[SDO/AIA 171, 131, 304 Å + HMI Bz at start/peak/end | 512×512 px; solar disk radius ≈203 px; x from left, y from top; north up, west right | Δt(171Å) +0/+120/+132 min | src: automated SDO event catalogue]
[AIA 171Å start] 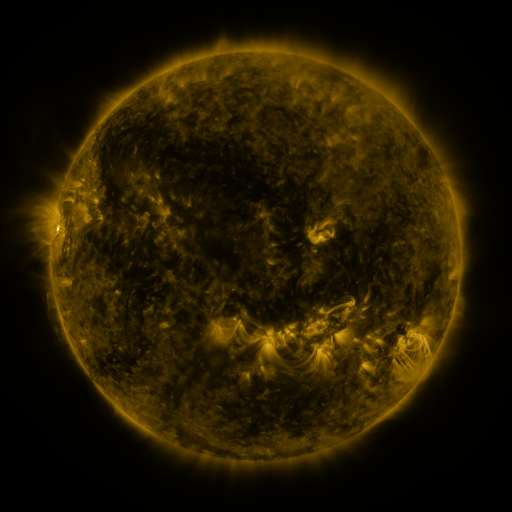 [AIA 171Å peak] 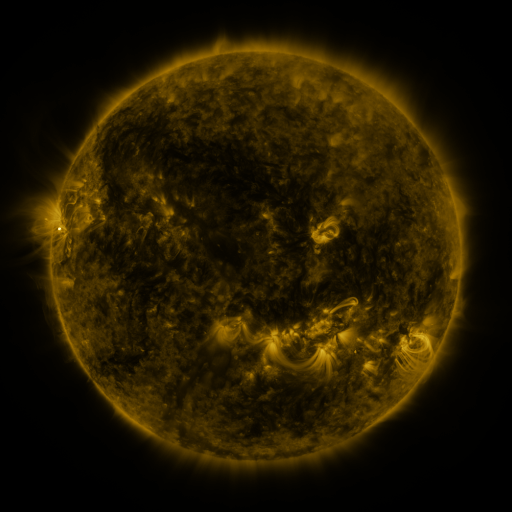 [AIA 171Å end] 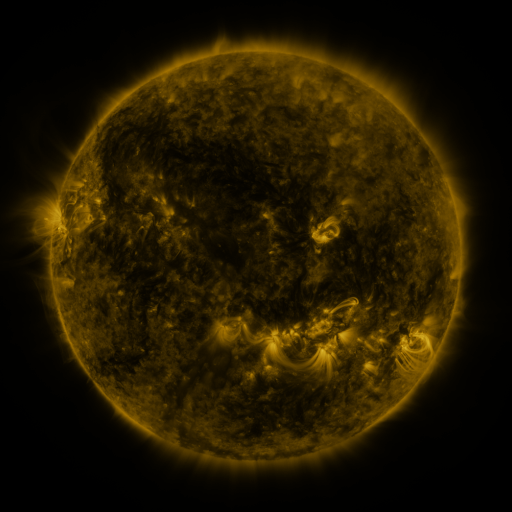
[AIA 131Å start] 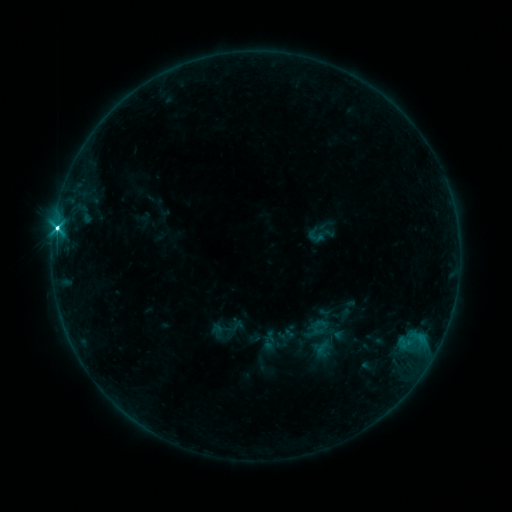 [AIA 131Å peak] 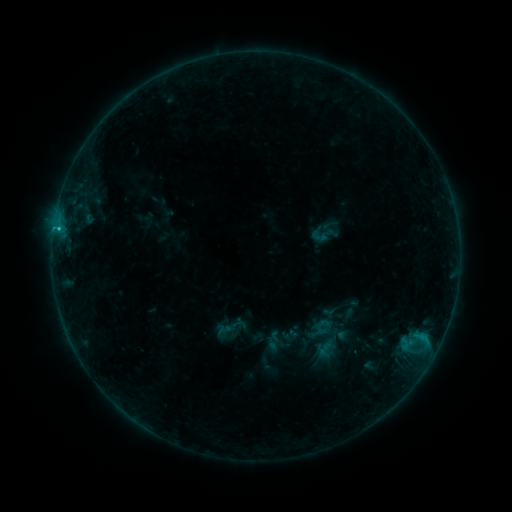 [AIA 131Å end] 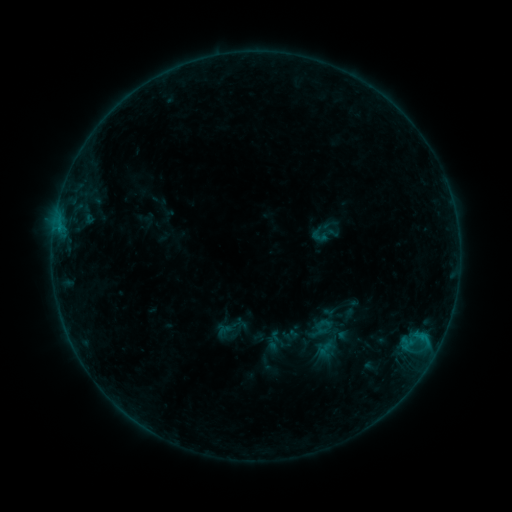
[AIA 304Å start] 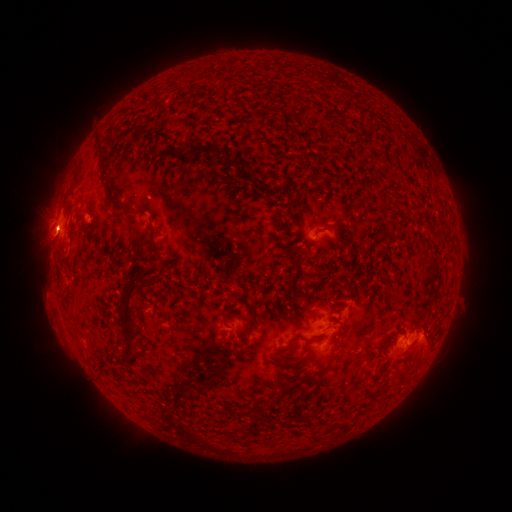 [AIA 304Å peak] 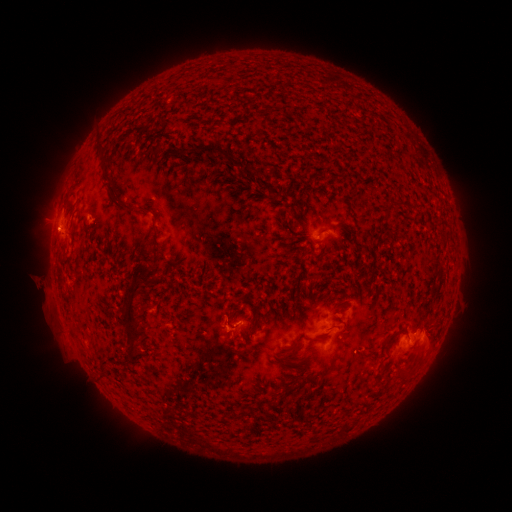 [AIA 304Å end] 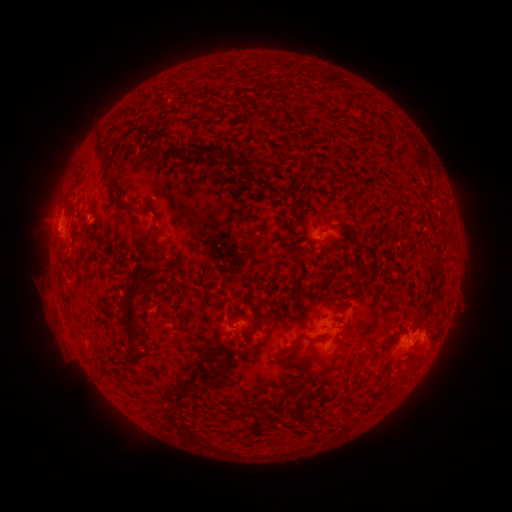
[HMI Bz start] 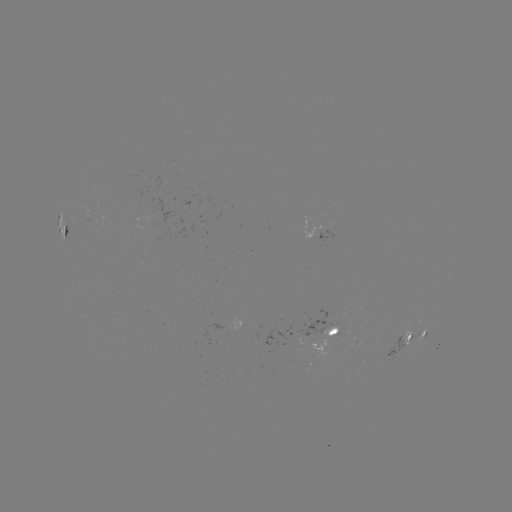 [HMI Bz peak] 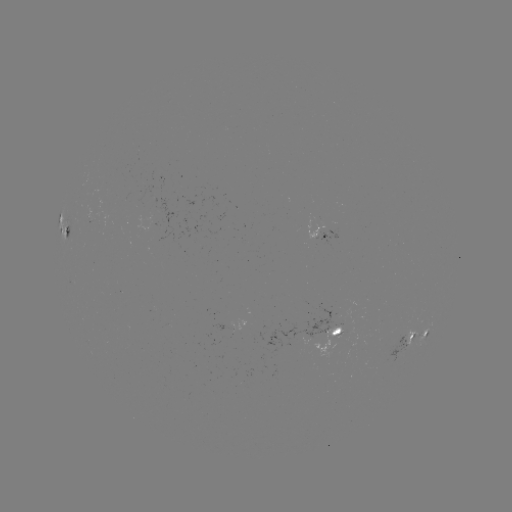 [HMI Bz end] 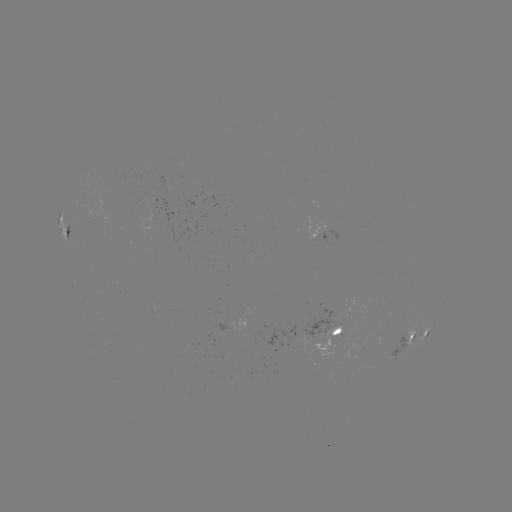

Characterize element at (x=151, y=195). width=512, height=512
emerging-flux region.